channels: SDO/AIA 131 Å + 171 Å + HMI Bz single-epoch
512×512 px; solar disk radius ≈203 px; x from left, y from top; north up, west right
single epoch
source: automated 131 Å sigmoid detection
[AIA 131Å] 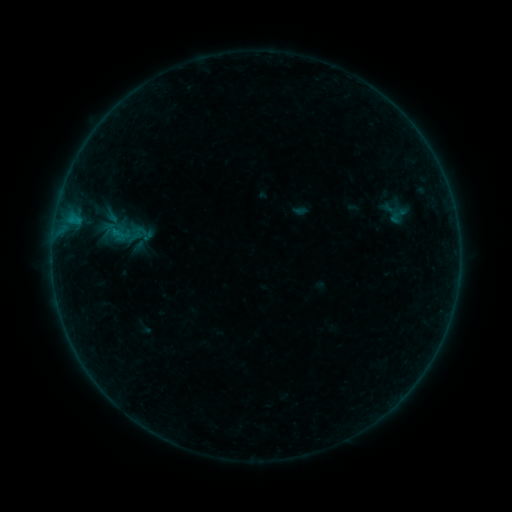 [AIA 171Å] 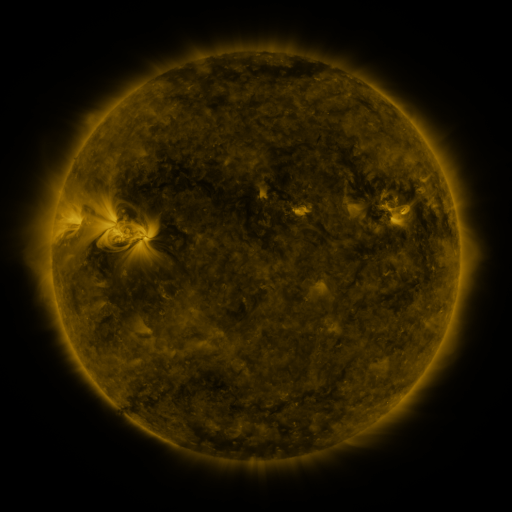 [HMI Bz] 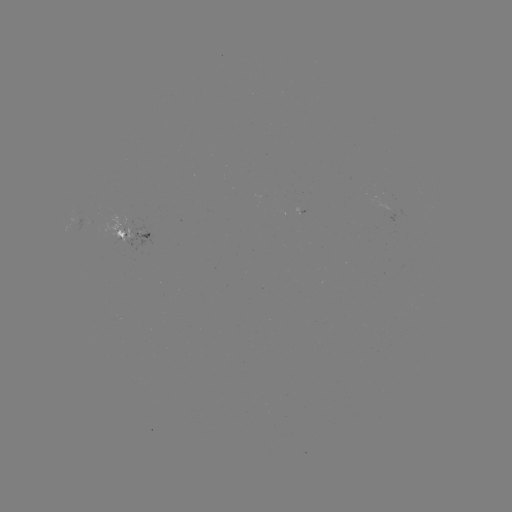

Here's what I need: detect sigmoid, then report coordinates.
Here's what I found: sigmoid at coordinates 398,216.